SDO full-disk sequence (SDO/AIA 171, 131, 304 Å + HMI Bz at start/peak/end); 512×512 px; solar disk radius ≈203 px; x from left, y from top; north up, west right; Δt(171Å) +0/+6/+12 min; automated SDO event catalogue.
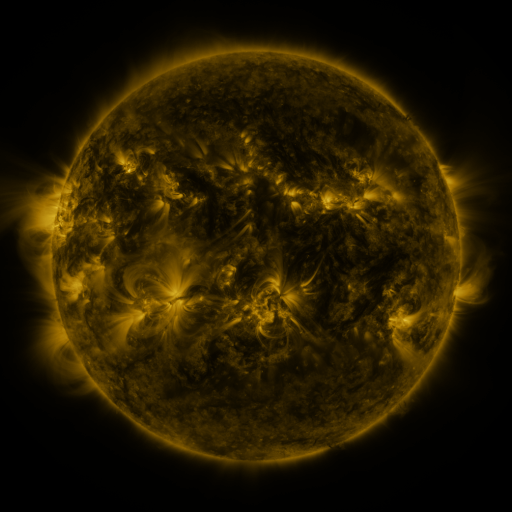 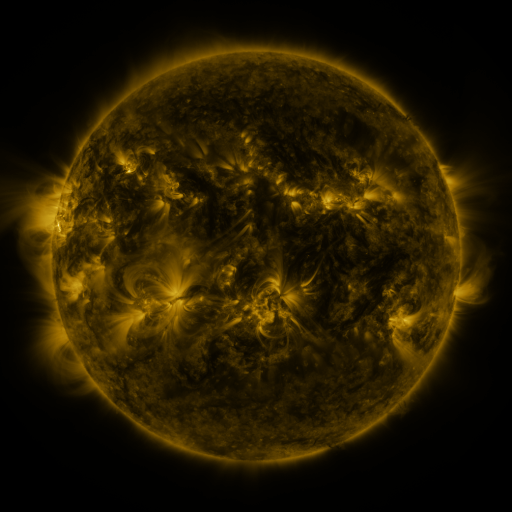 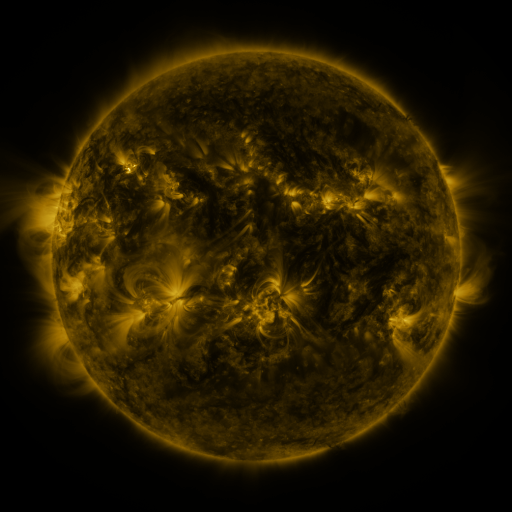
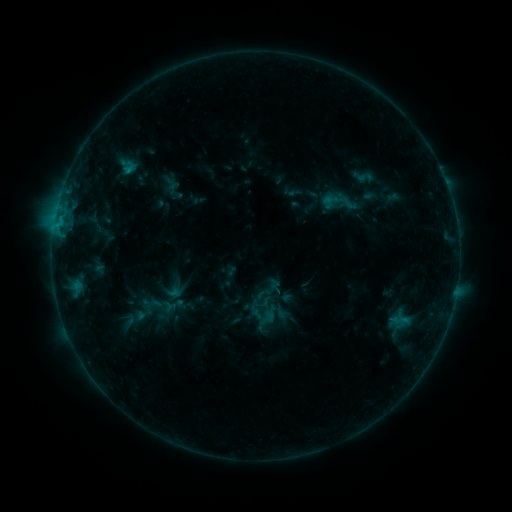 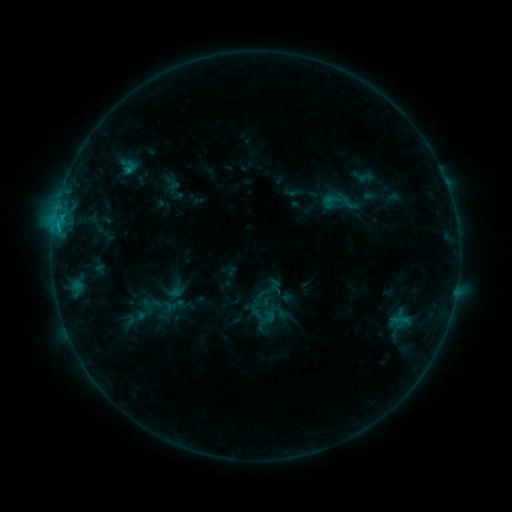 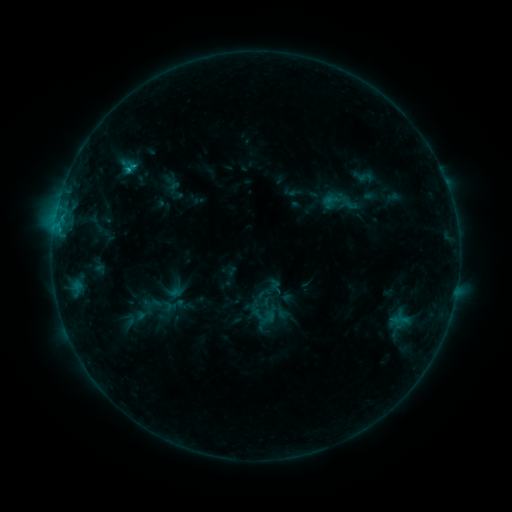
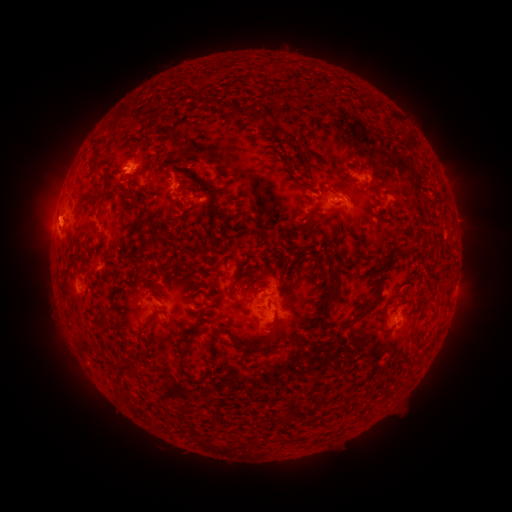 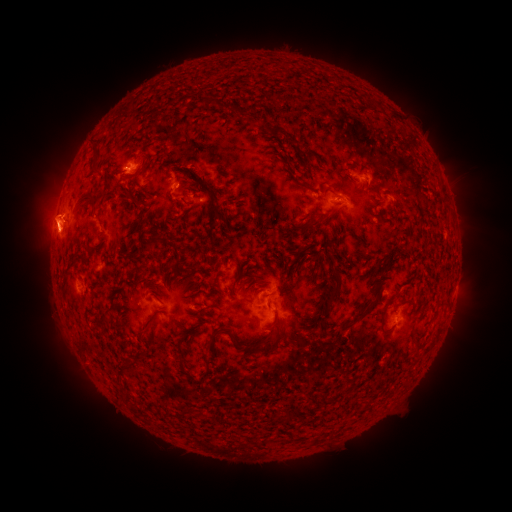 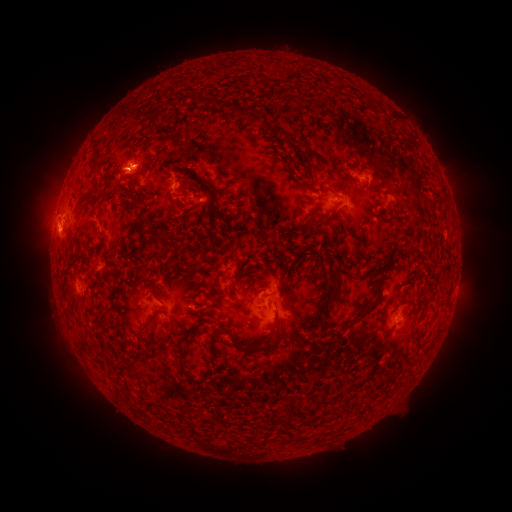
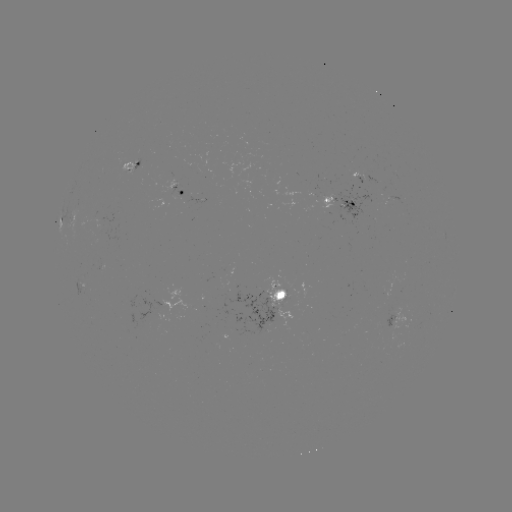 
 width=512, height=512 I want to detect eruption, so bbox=[13, 186, 89, 256].